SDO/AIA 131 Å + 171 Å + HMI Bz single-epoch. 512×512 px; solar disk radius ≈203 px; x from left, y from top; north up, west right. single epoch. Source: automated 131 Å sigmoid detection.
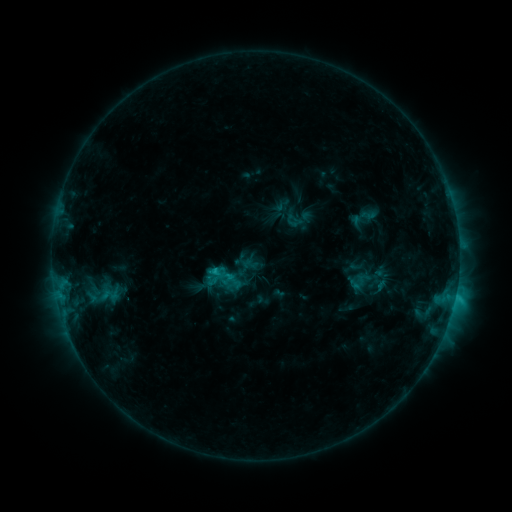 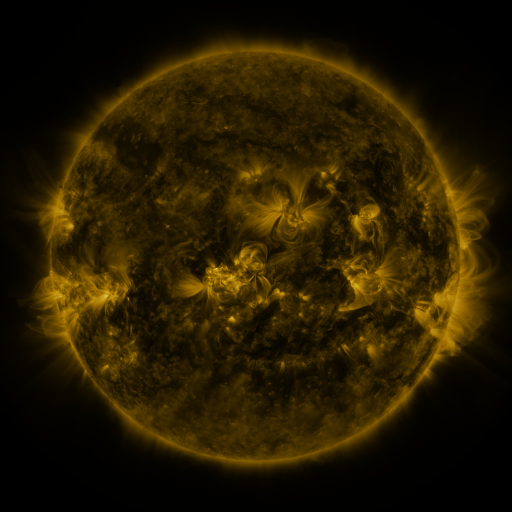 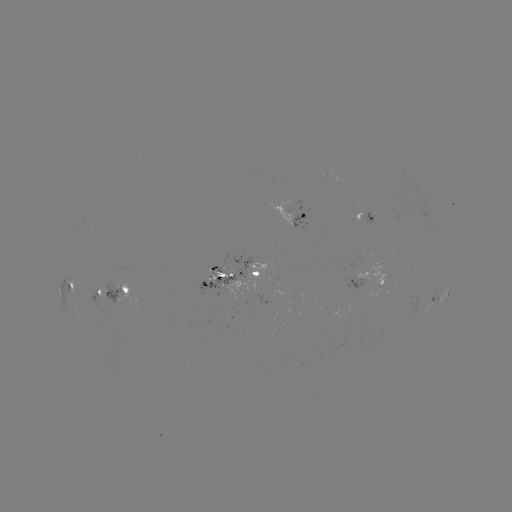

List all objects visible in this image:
sigmoid: (222, 273)
